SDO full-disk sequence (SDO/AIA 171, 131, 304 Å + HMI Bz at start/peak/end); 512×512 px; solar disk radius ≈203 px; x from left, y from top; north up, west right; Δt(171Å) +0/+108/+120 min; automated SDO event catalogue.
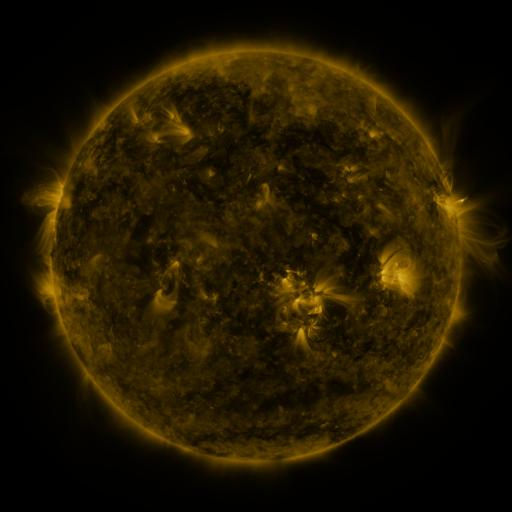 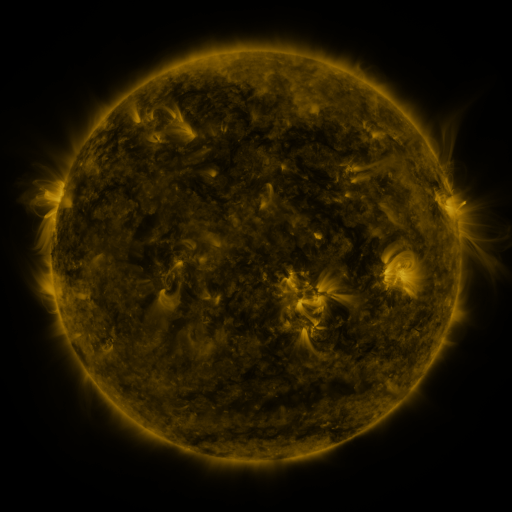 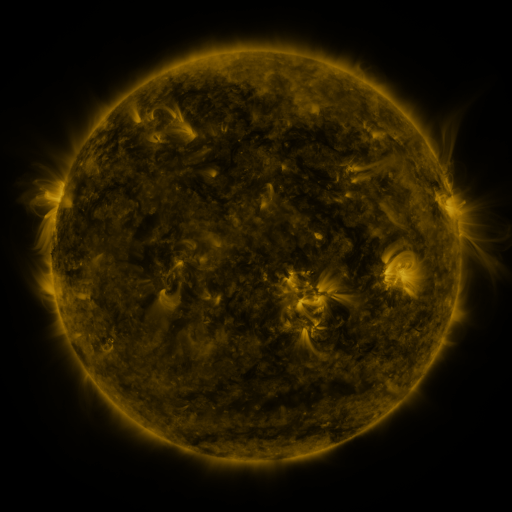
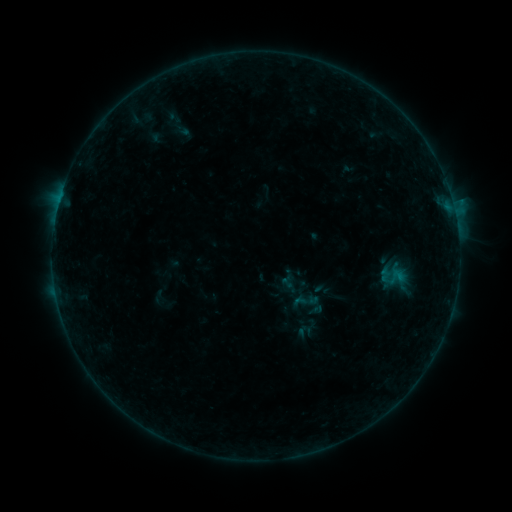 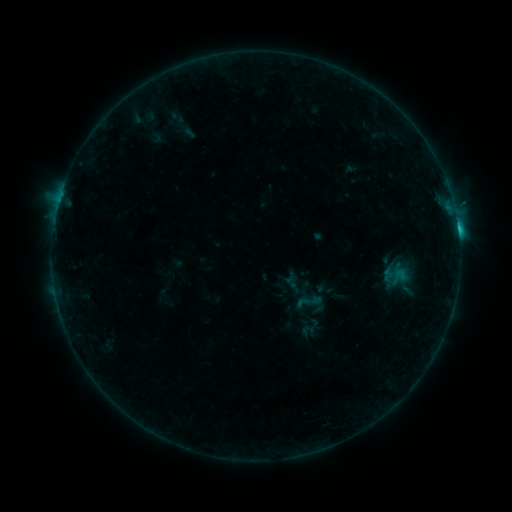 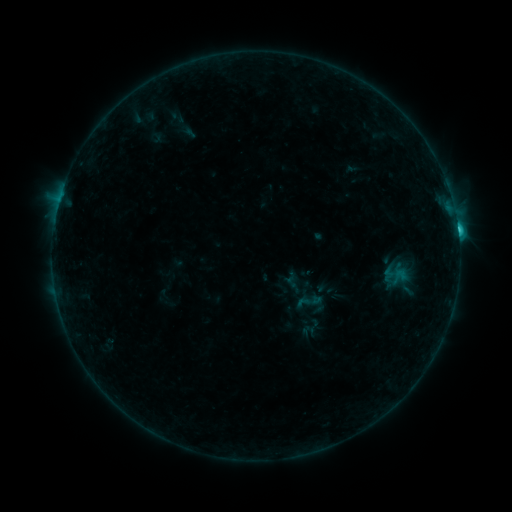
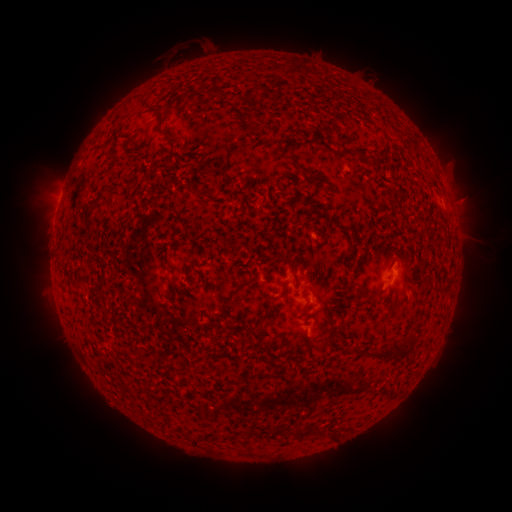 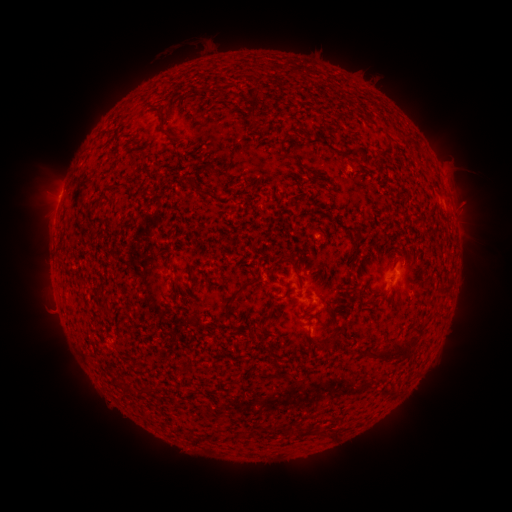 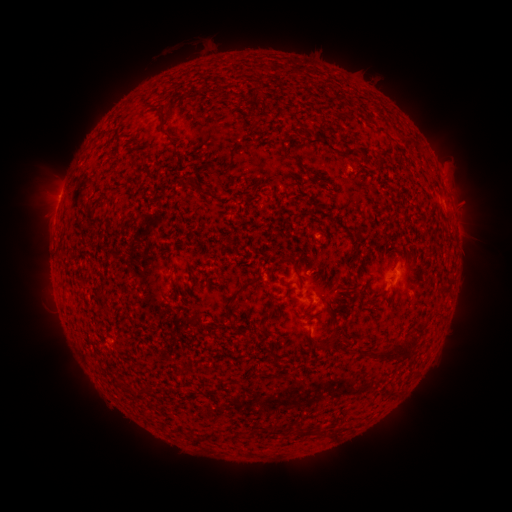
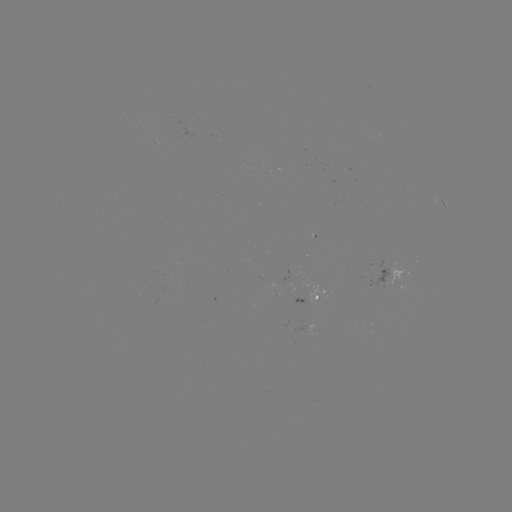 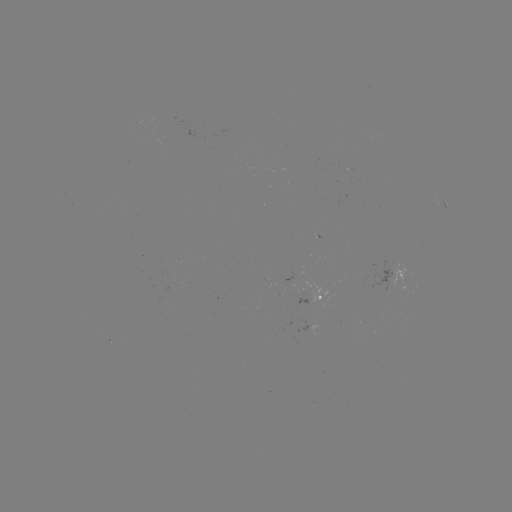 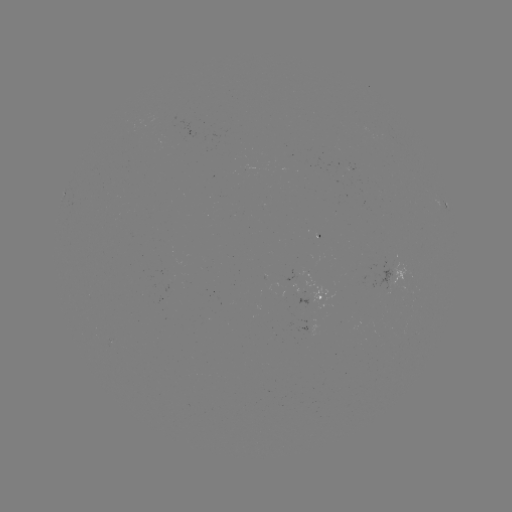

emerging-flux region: <bbox>105, 341, 116, 346</bbox>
